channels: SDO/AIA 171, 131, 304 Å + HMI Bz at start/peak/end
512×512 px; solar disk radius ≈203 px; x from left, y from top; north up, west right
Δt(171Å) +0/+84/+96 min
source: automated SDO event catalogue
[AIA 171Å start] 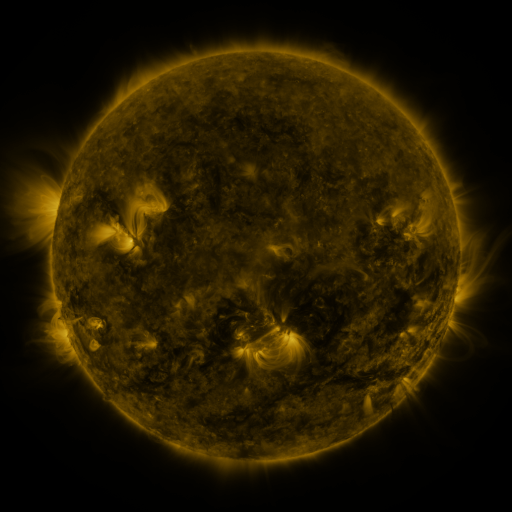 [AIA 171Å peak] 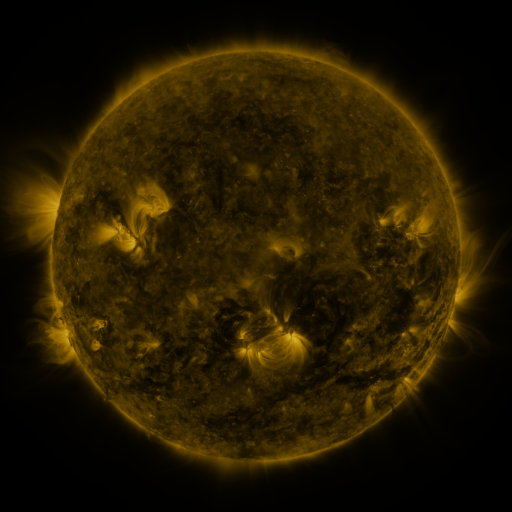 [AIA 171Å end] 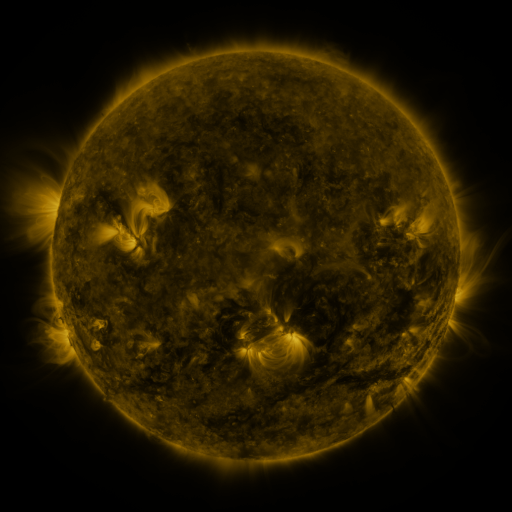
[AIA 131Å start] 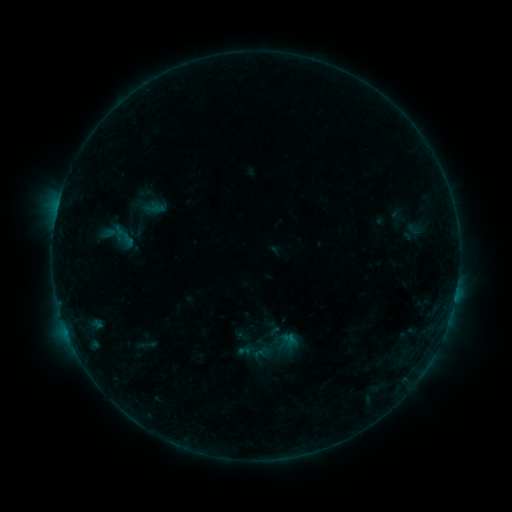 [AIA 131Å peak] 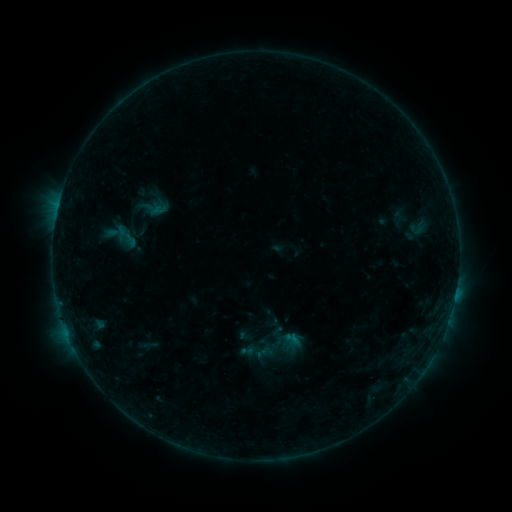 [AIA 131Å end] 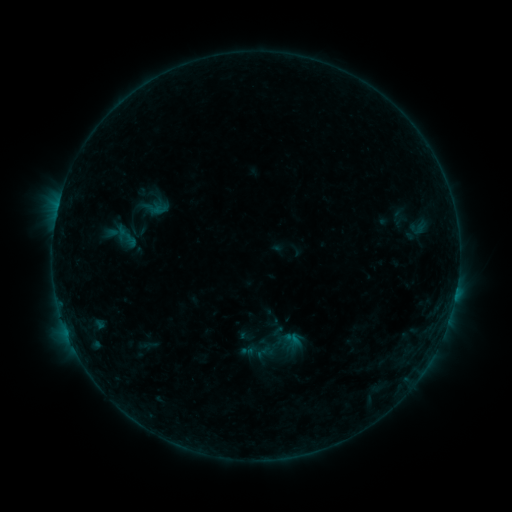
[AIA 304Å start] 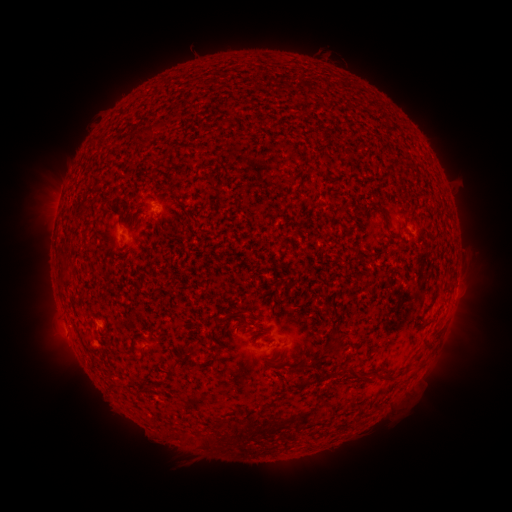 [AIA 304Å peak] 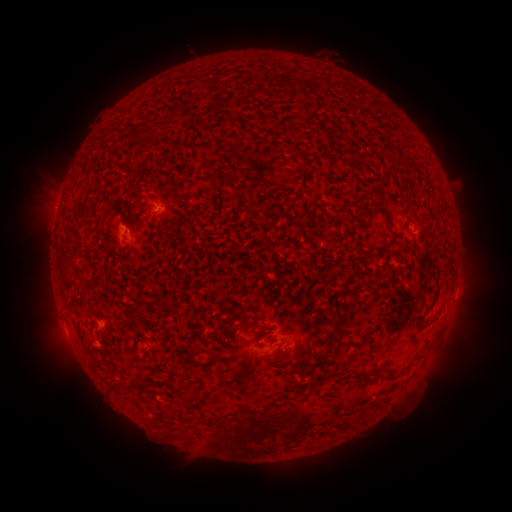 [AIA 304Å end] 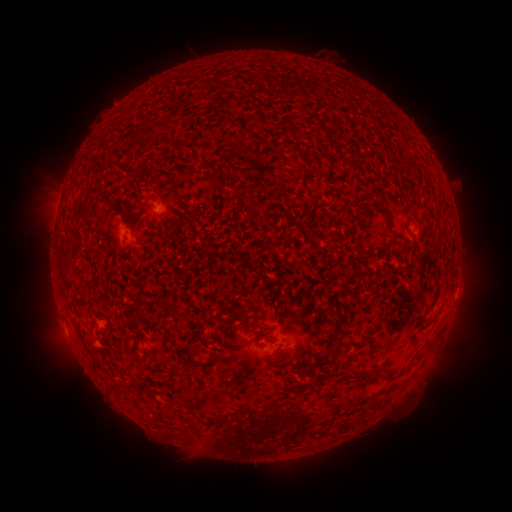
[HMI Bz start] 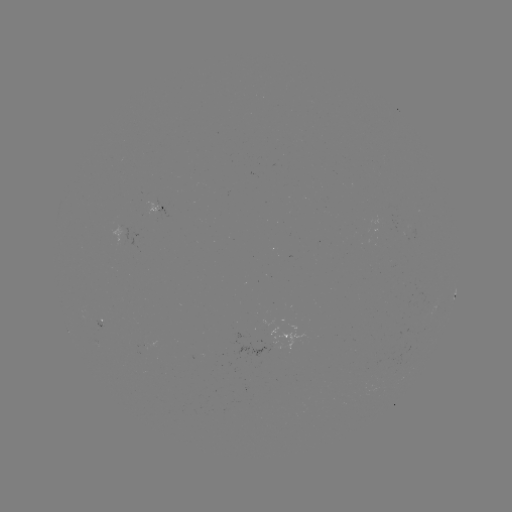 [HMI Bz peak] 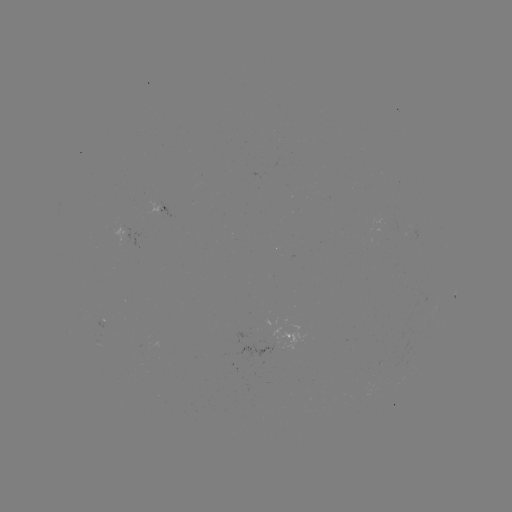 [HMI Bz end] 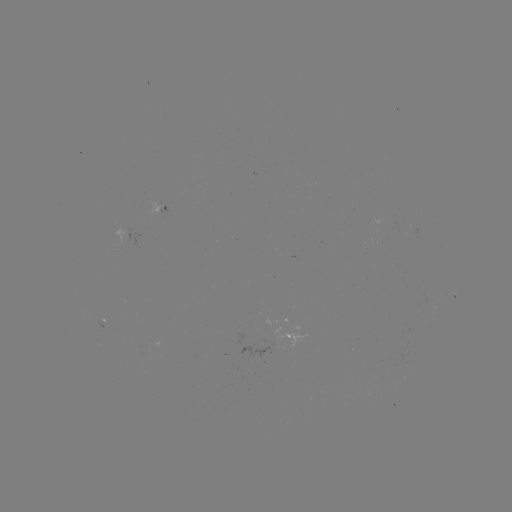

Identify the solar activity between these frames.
emerging-flux region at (265, 347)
